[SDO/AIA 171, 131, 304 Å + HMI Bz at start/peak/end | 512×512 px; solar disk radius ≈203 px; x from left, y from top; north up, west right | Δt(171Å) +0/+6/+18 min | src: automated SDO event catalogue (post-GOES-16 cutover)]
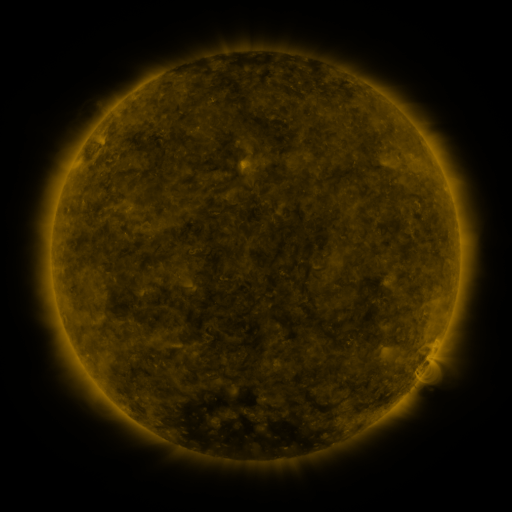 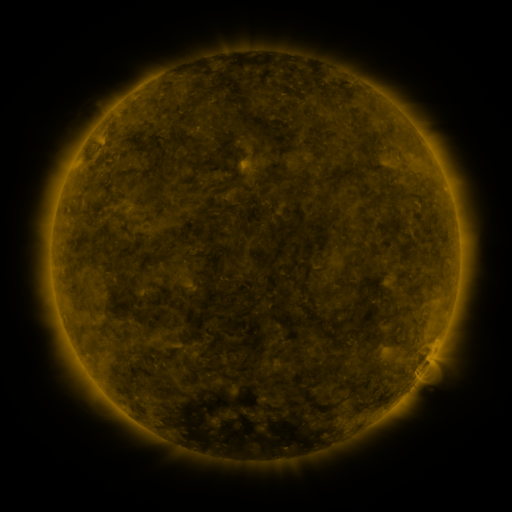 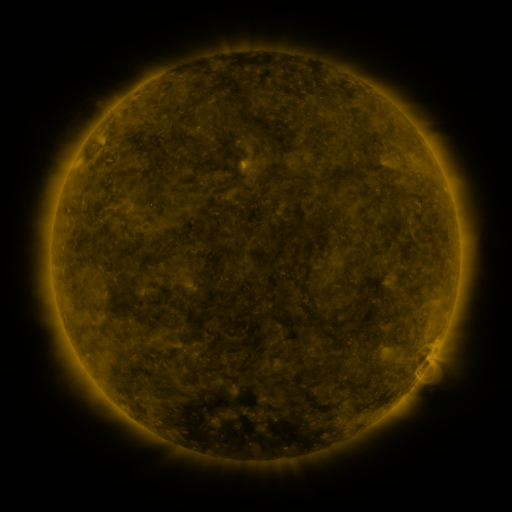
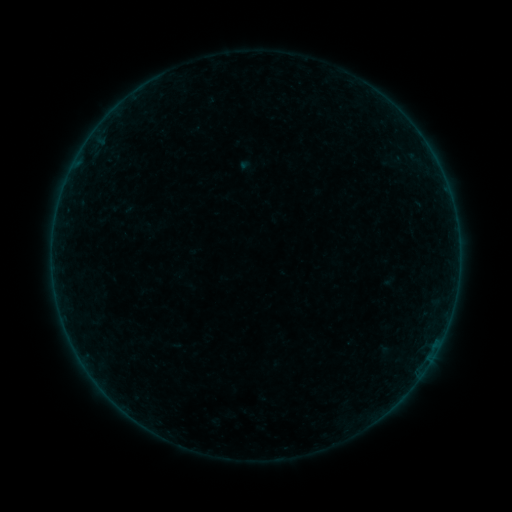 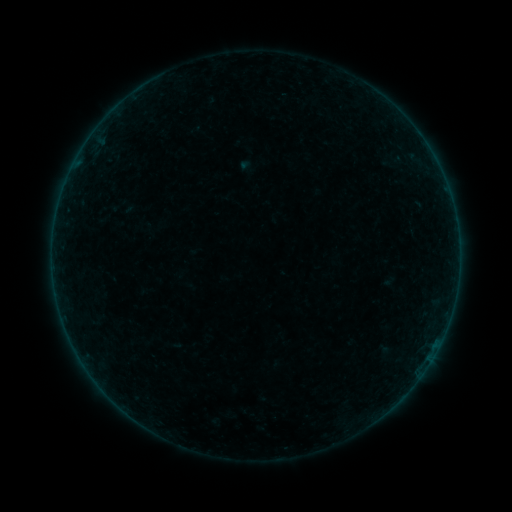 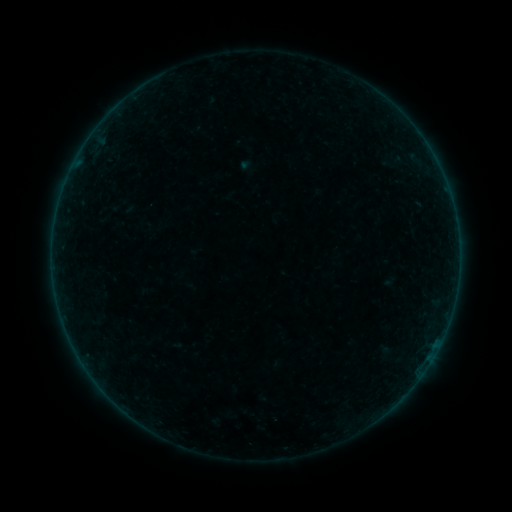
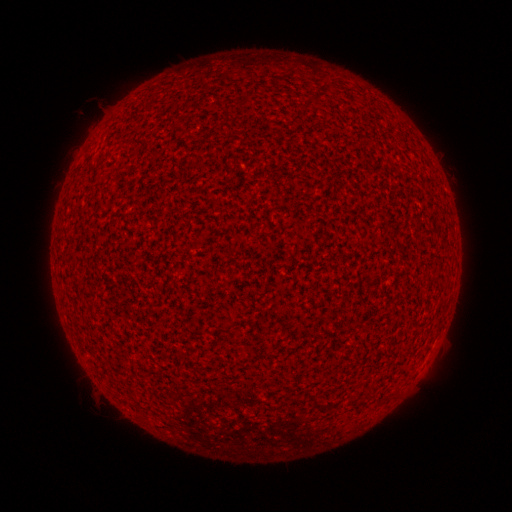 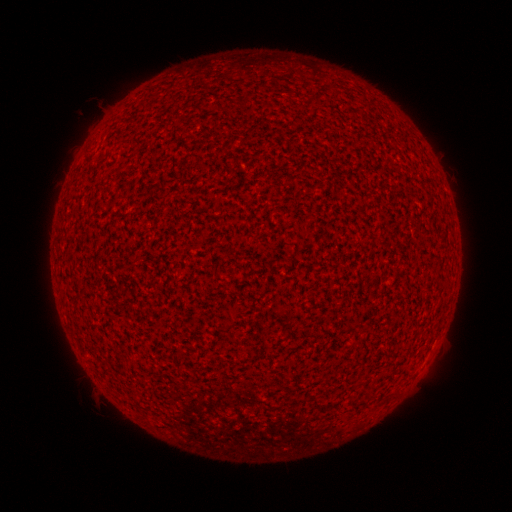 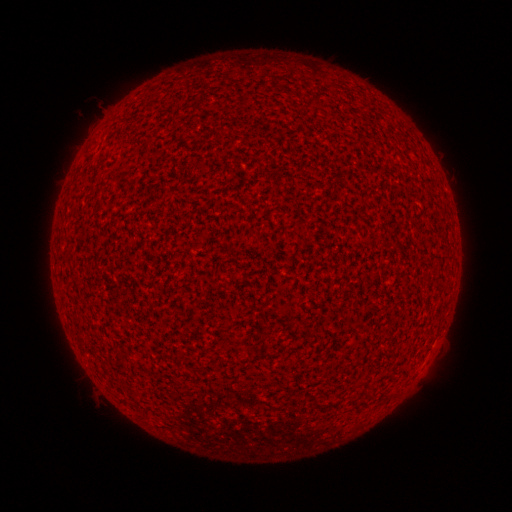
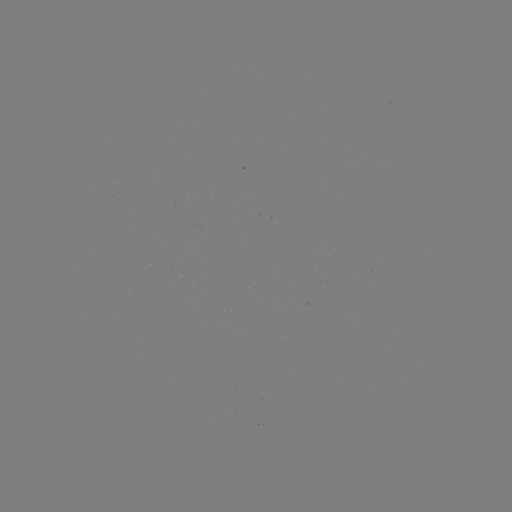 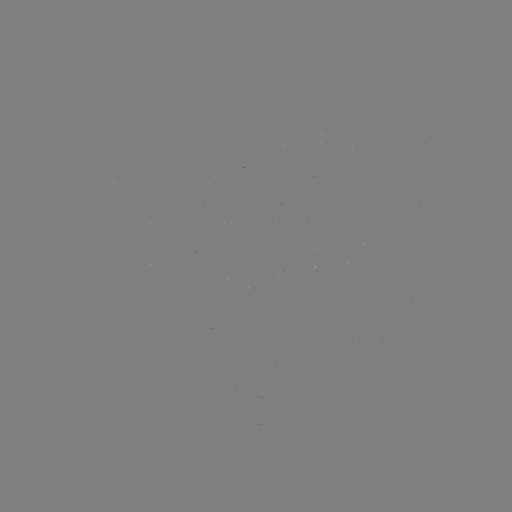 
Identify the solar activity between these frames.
nothing was catalogued: no classed flare, no EUV trigger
